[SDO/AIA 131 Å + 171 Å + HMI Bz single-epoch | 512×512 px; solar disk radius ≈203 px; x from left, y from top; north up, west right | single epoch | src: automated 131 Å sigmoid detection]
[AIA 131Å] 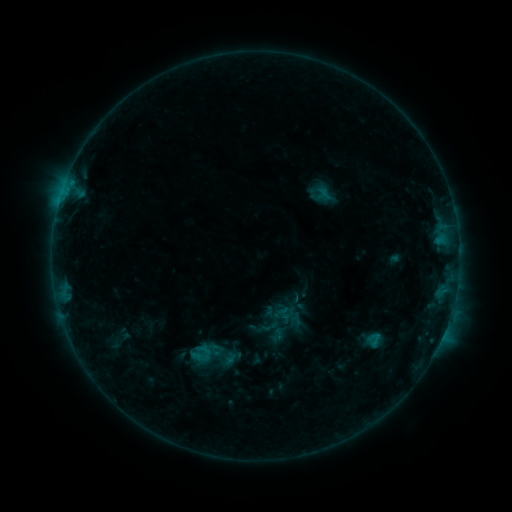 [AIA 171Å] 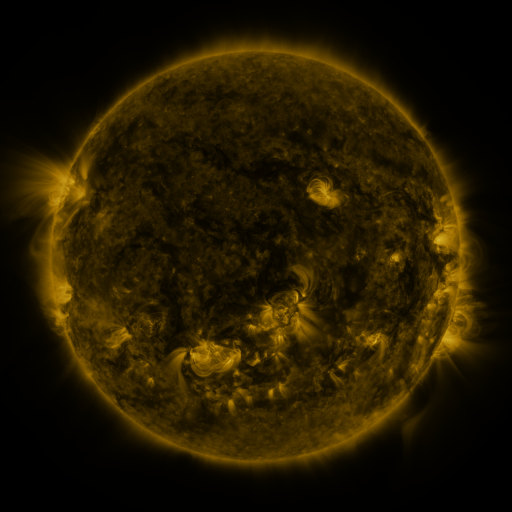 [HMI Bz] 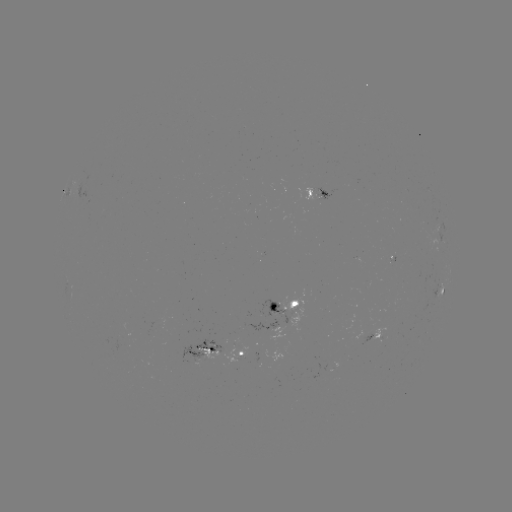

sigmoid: <bbox>176, 325, 246, 385</bbox>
